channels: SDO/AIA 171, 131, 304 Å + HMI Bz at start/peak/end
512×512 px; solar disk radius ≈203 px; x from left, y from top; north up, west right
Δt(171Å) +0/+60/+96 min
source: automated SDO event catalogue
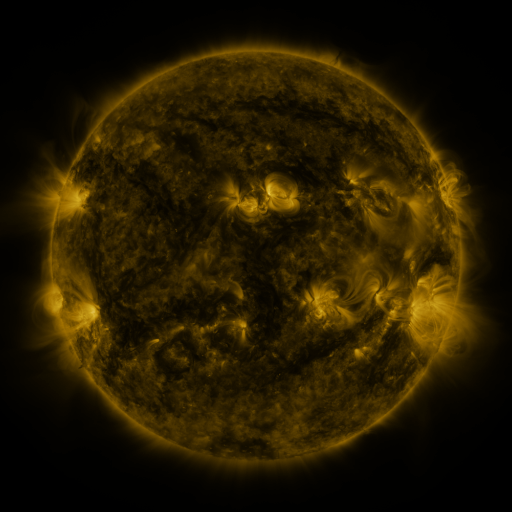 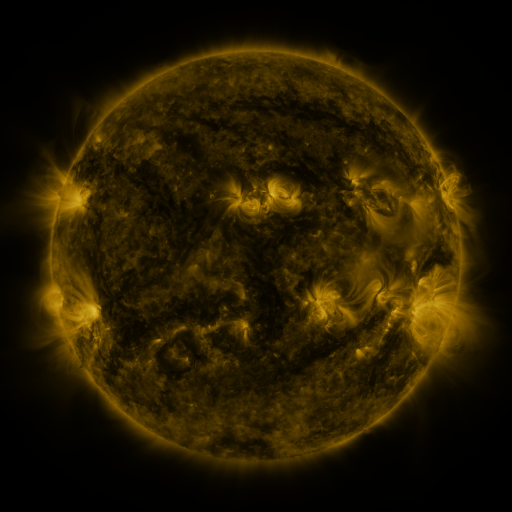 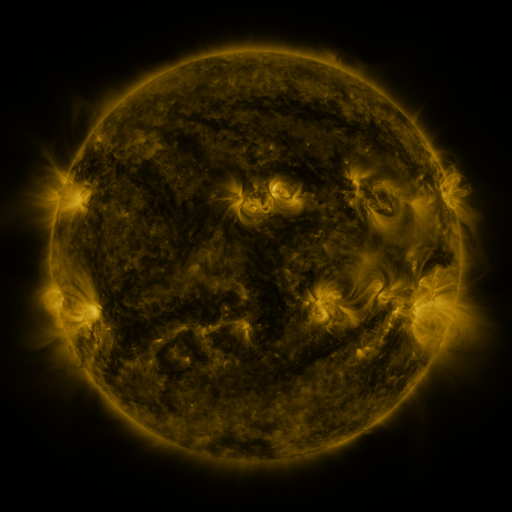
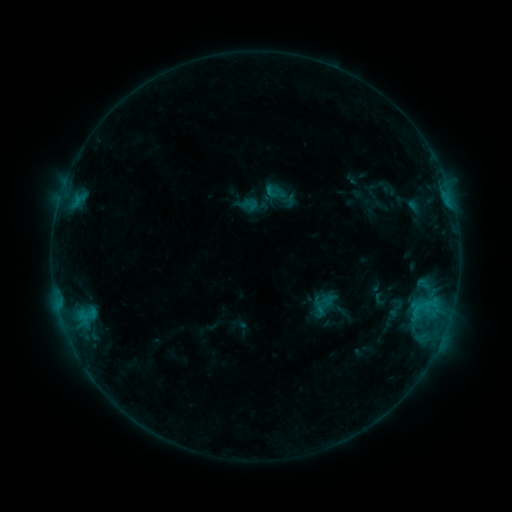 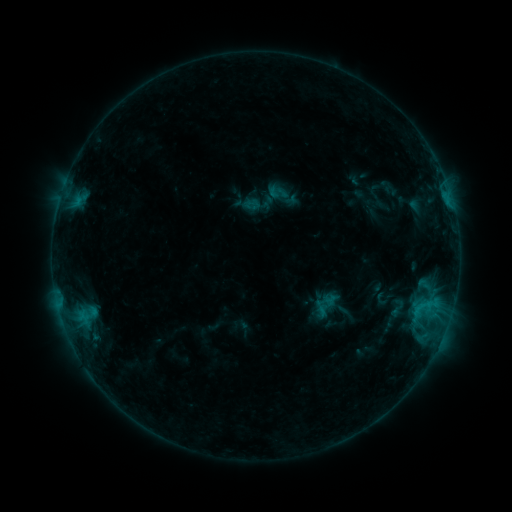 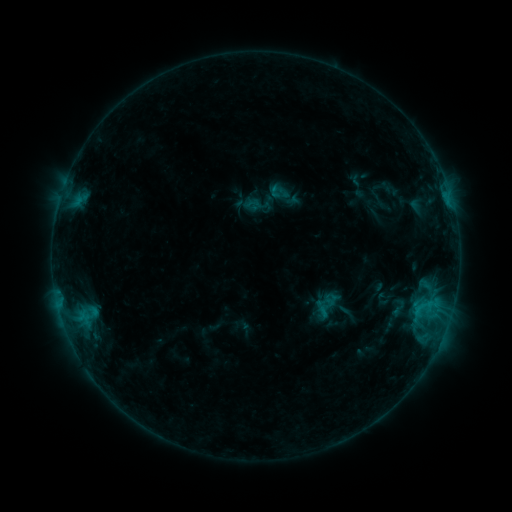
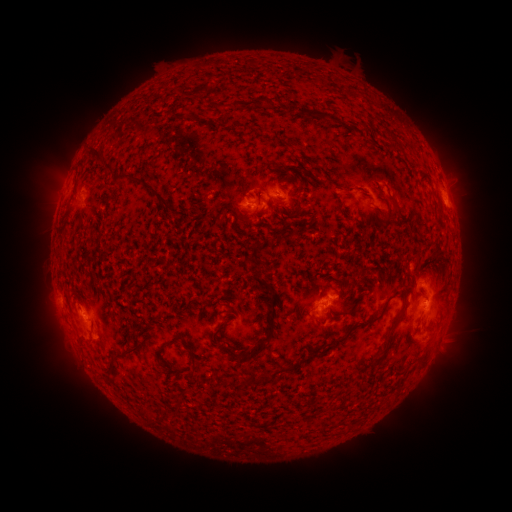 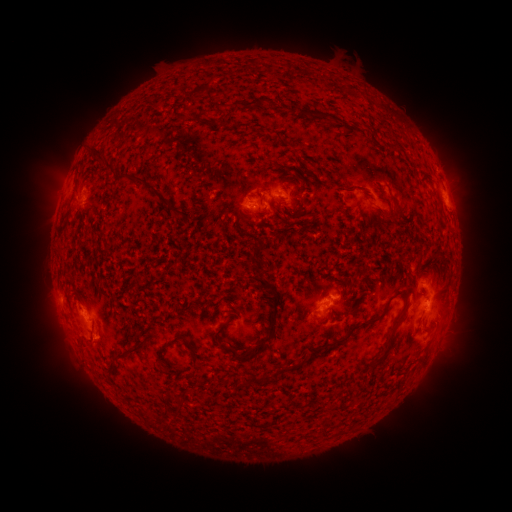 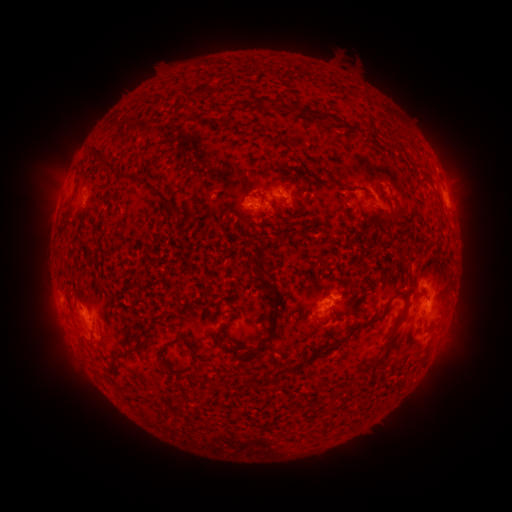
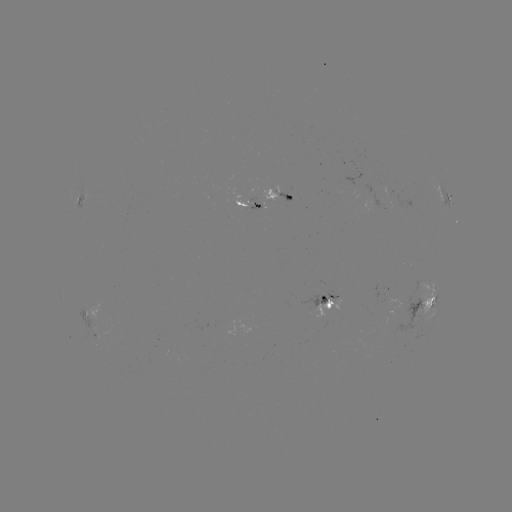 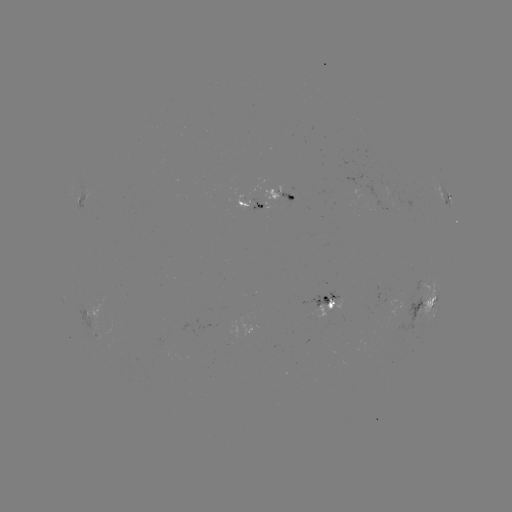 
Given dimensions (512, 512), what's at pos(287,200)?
emerging-flux region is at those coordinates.